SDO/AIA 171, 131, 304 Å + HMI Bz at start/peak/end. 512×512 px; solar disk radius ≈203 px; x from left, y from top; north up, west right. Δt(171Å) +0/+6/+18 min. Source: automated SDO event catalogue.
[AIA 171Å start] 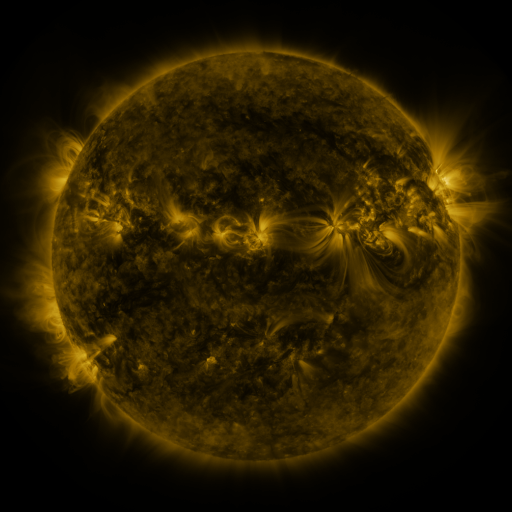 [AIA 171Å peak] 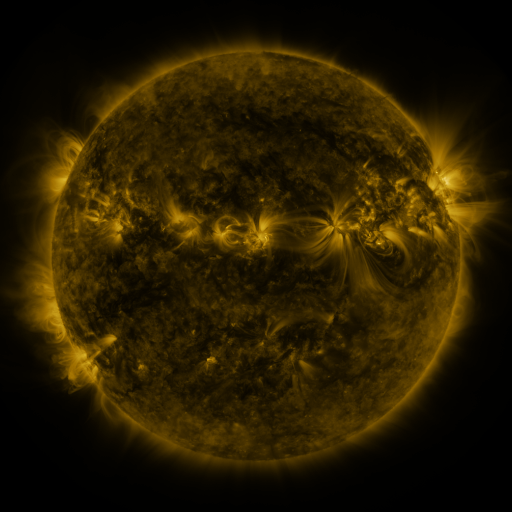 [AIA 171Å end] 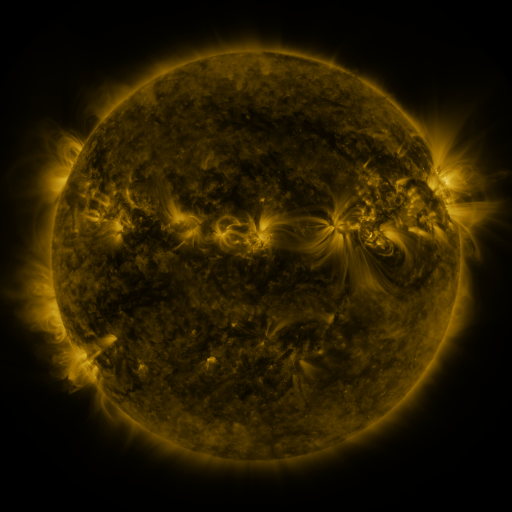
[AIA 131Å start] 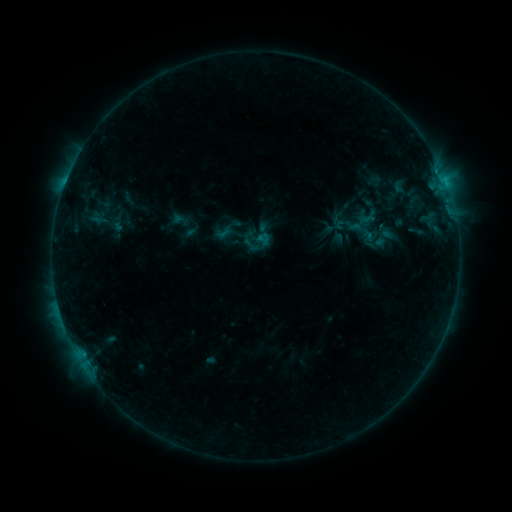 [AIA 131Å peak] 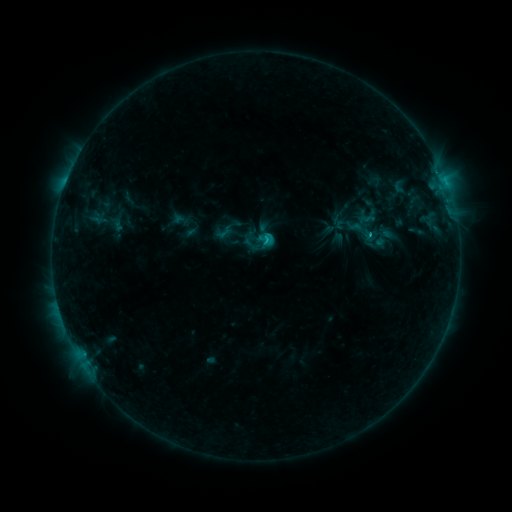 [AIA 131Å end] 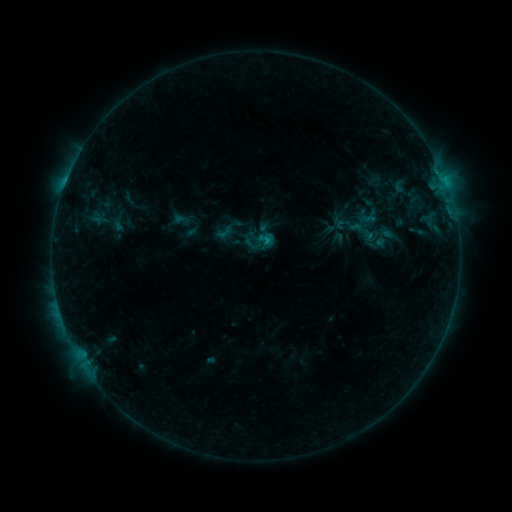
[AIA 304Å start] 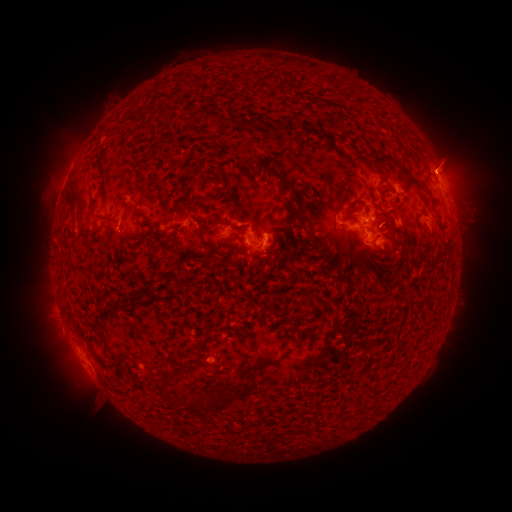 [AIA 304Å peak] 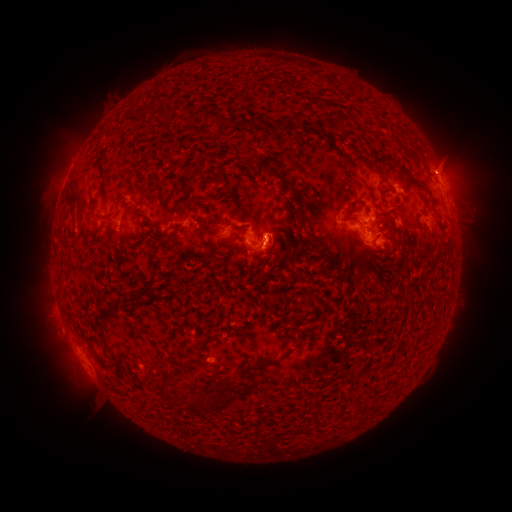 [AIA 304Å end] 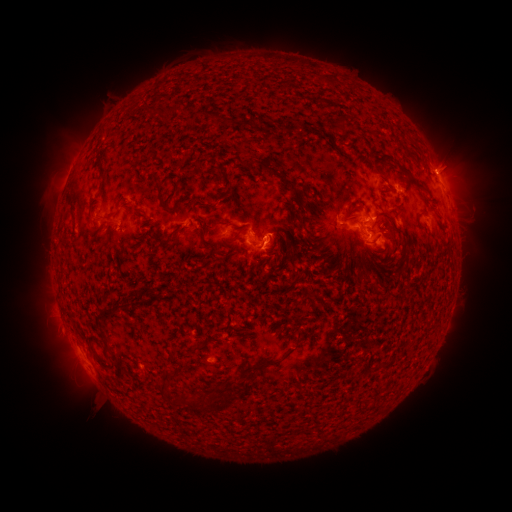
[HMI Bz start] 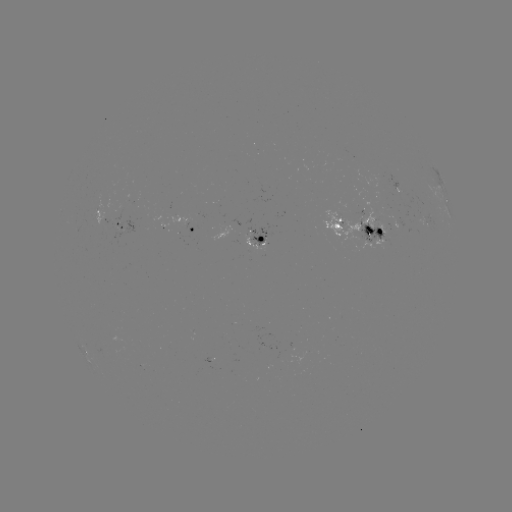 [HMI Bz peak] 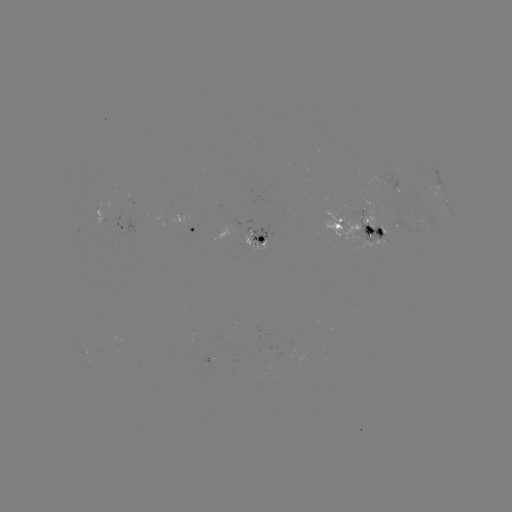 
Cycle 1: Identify C1.3 flare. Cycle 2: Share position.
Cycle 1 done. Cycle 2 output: [266, 240].